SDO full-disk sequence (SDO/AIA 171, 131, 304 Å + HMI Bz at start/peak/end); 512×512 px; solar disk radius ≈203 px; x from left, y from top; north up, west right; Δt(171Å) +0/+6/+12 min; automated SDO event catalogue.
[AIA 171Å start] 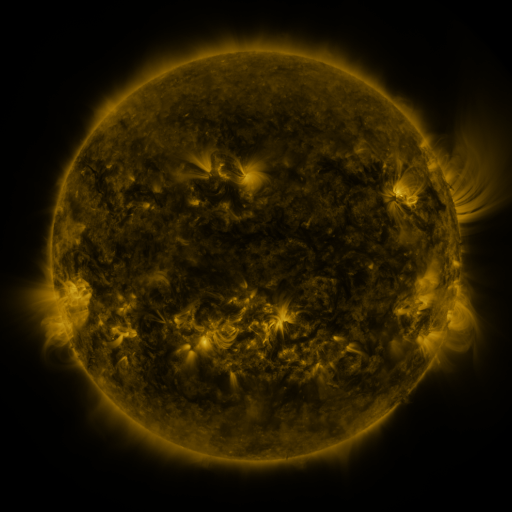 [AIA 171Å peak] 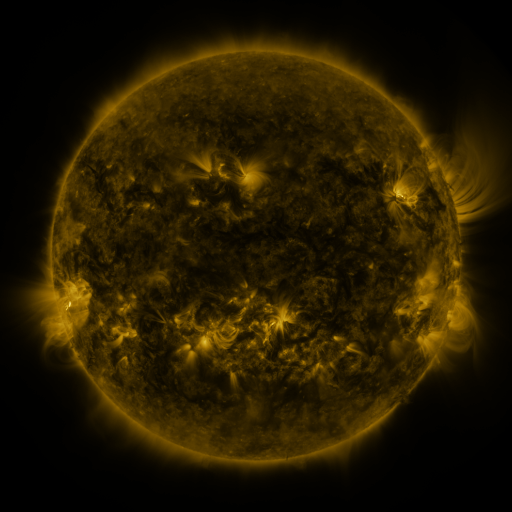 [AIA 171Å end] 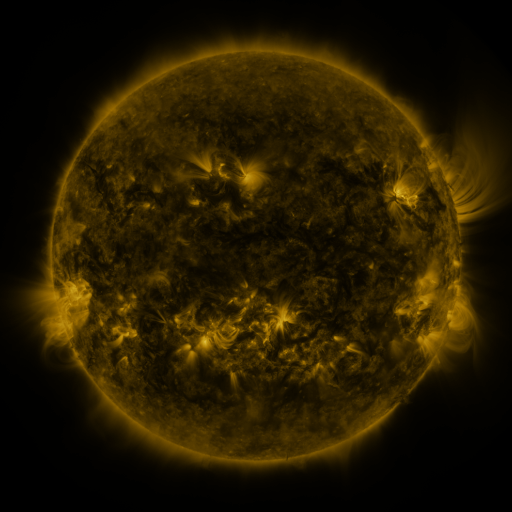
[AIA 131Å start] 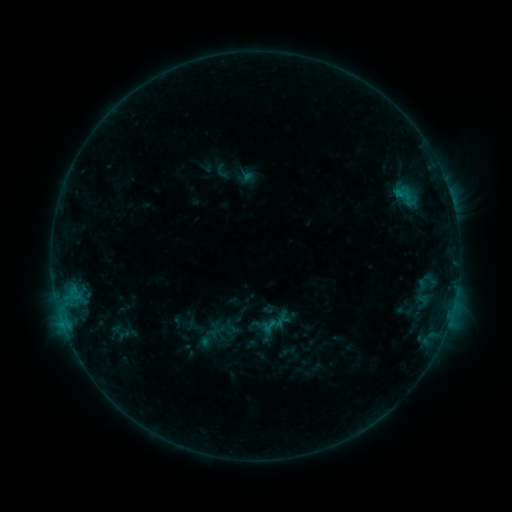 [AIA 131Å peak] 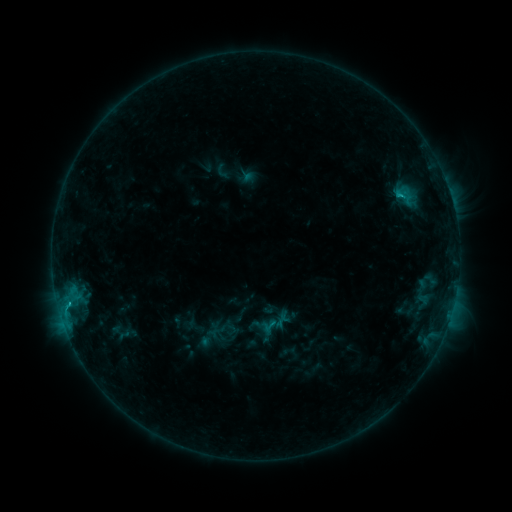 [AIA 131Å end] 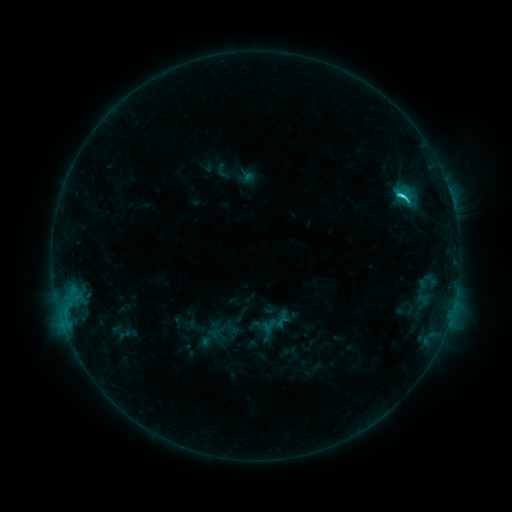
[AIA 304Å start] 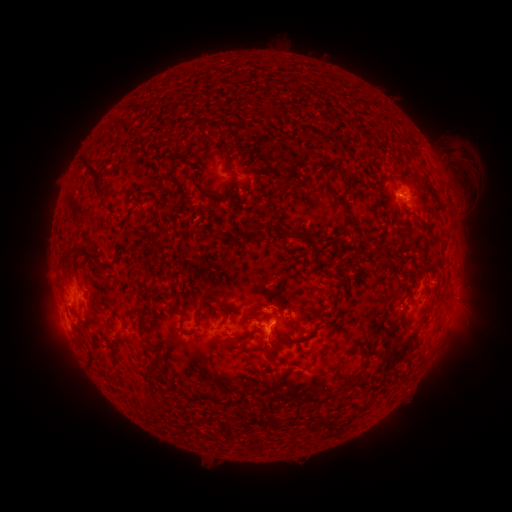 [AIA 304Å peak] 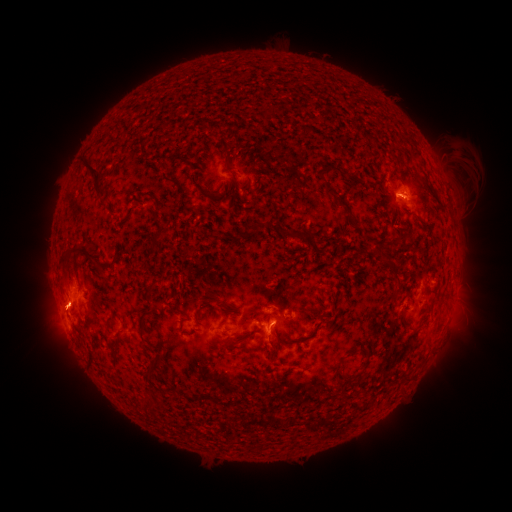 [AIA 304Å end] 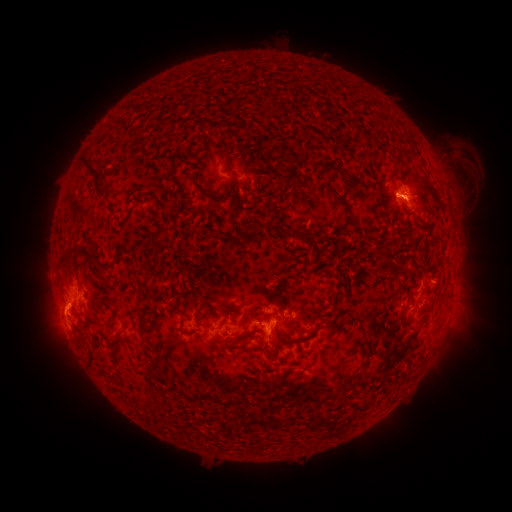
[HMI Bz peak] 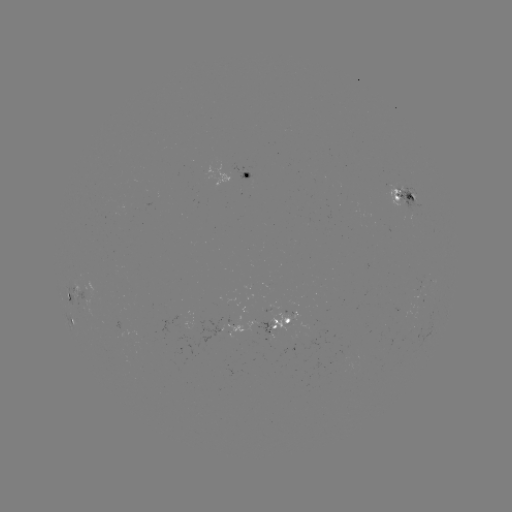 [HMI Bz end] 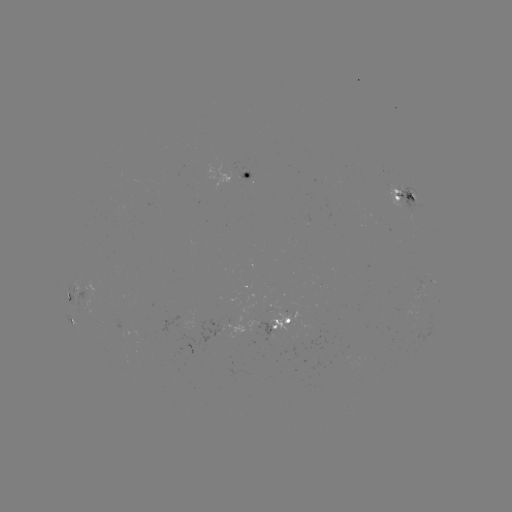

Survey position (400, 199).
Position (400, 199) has C2.3 flare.